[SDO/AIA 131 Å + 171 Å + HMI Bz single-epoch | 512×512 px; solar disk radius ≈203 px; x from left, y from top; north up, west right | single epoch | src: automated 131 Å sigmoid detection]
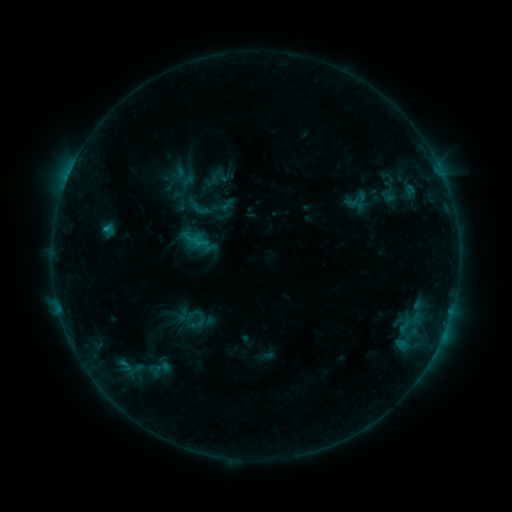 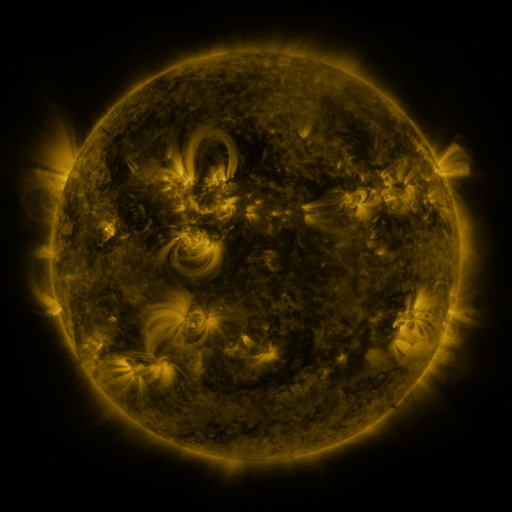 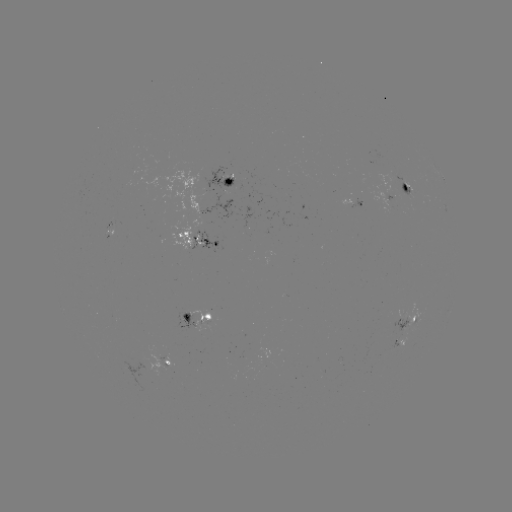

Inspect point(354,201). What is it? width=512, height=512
sigmoid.